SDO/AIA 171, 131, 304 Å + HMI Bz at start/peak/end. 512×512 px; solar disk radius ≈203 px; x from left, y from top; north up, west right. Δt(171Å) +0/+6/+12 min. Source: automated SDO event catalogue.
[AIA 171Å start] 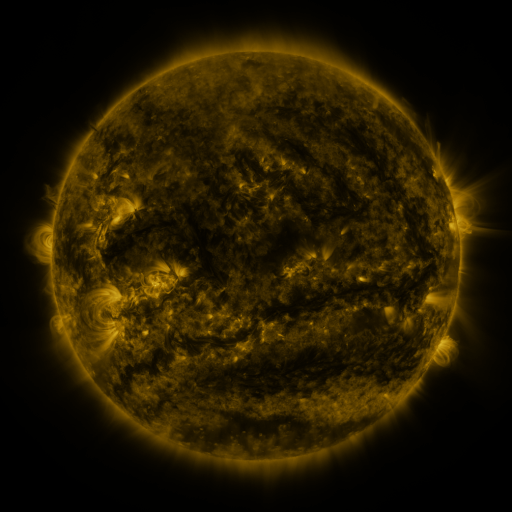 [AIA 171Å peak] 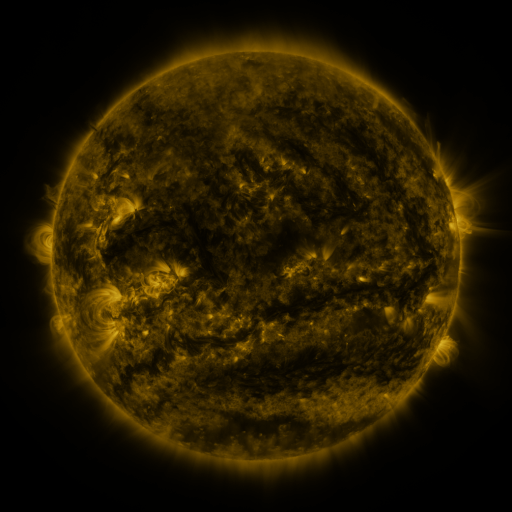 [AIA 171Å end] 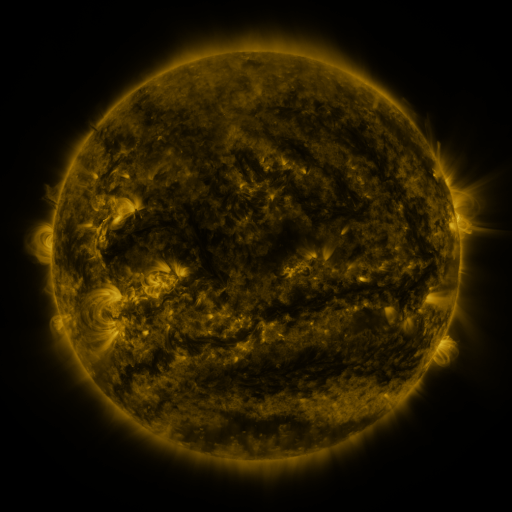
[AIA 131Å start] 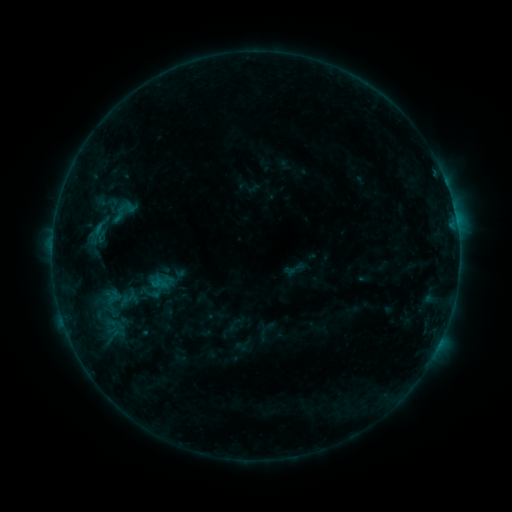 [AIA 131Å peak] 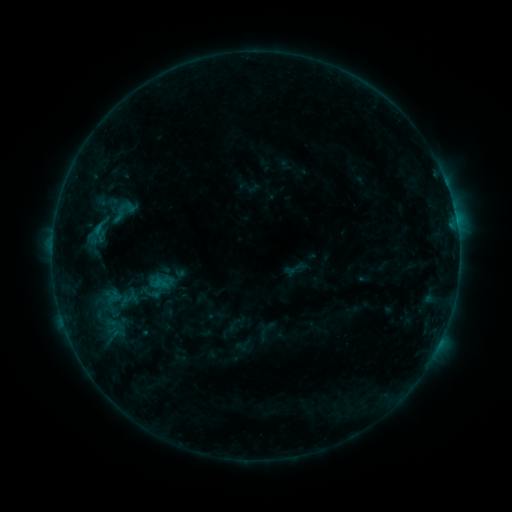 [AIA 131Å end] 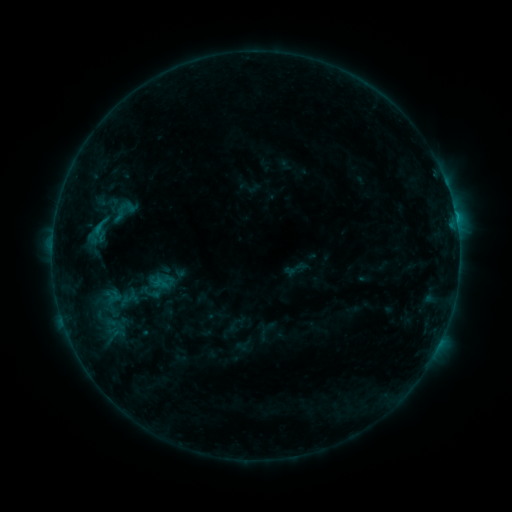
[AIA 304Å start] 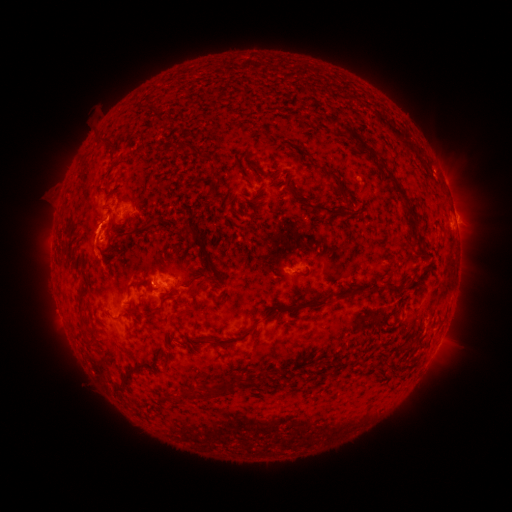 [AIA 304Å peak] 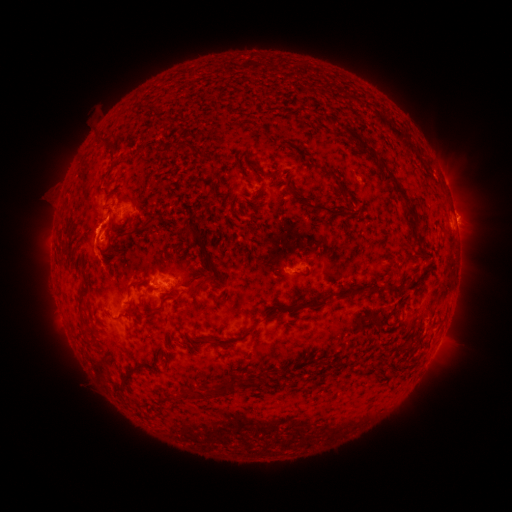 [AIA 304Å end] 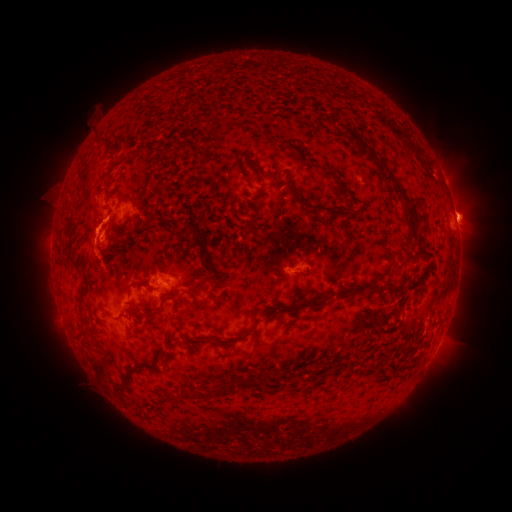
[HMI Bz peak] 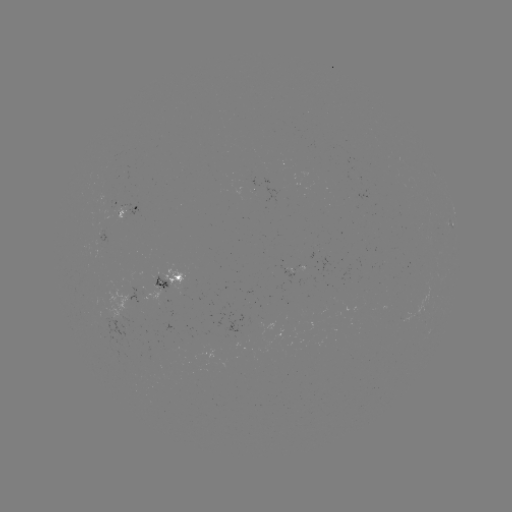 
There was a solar flare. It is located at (105, 223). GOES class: C1.2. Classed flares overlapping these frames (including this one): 1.